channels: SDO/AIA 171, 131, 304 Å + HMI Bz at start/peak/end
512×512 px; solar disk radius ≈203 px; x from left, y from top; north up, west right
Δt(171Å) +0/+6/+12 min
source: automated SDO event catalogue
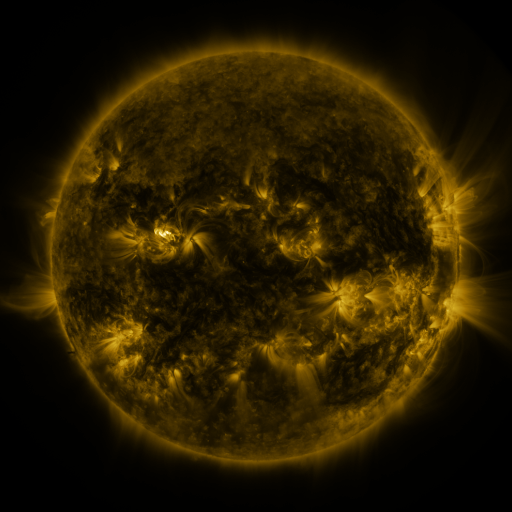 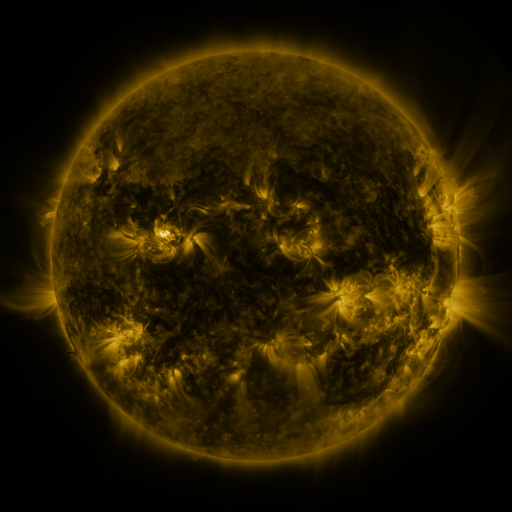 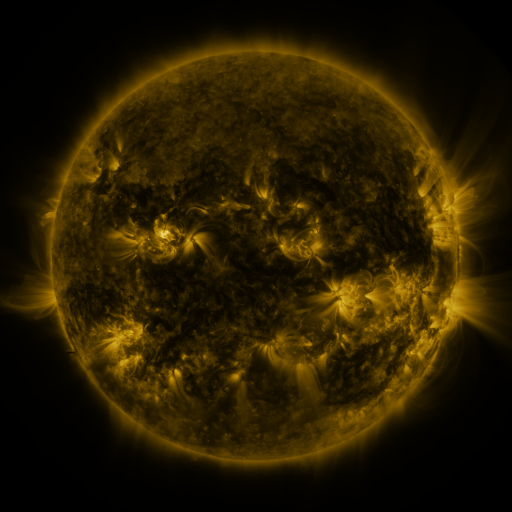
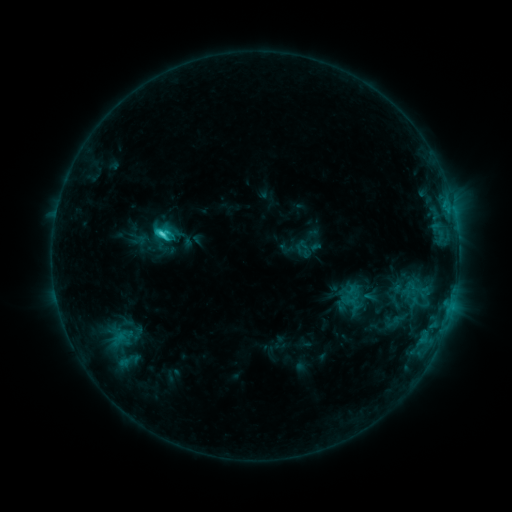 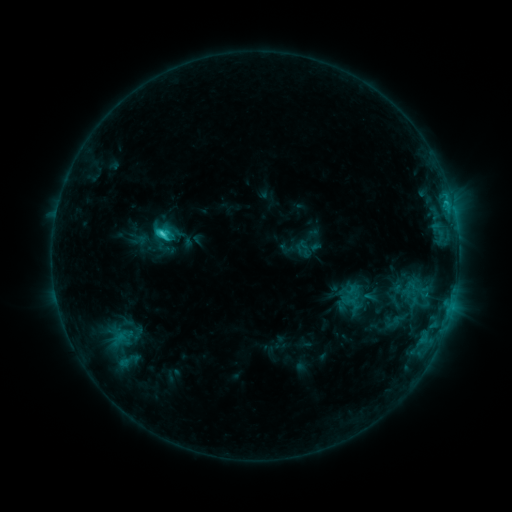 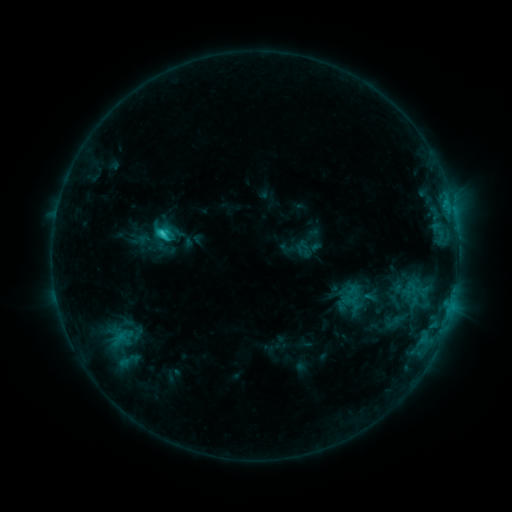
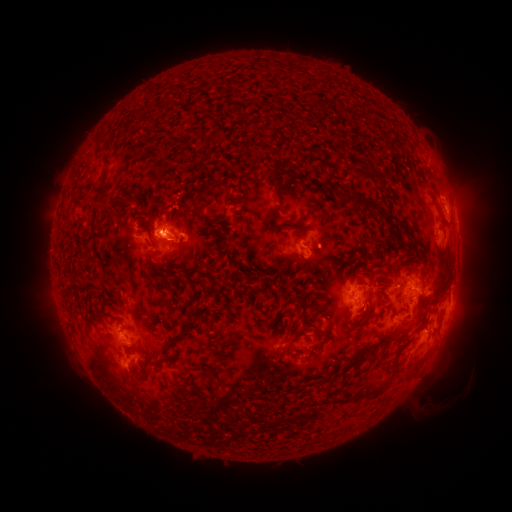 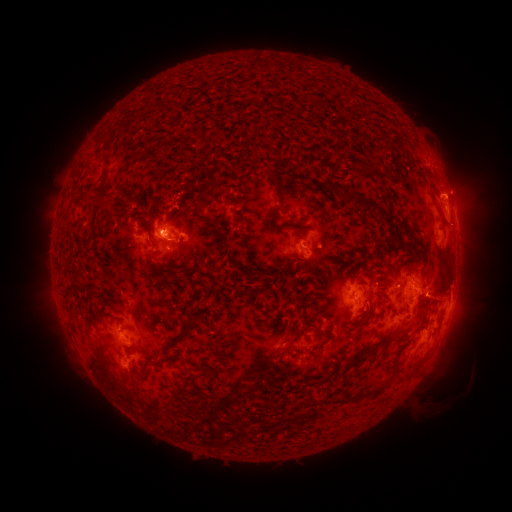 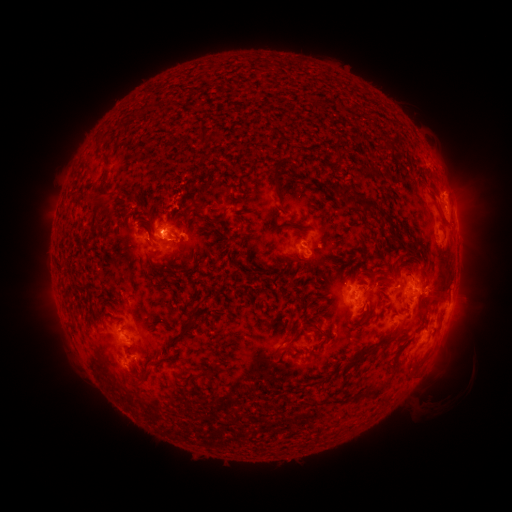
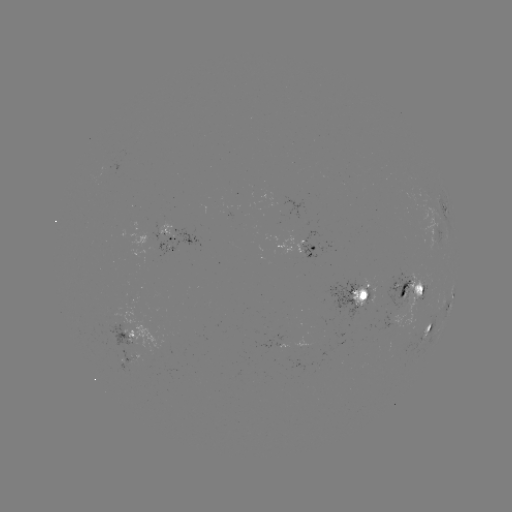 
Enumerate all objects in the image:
eruption: (438, 286)
